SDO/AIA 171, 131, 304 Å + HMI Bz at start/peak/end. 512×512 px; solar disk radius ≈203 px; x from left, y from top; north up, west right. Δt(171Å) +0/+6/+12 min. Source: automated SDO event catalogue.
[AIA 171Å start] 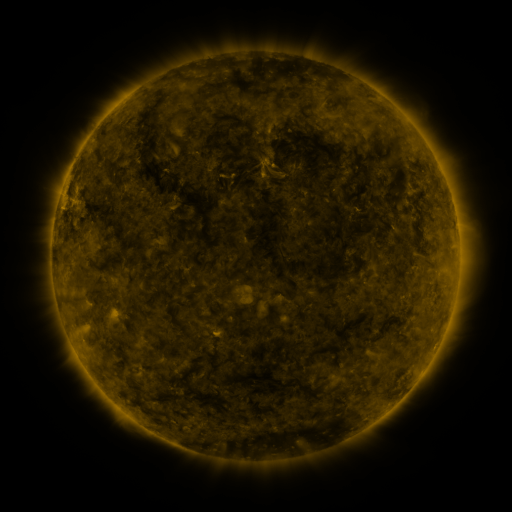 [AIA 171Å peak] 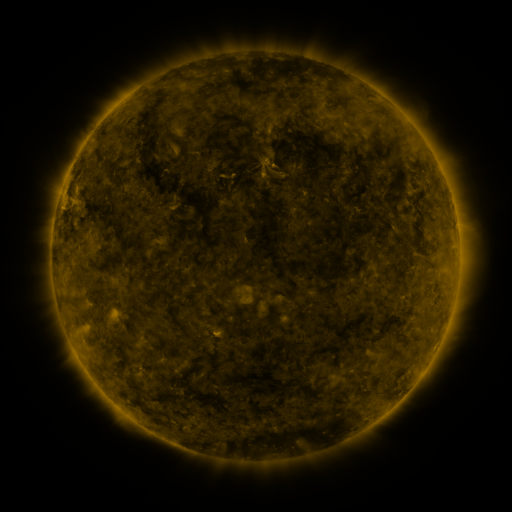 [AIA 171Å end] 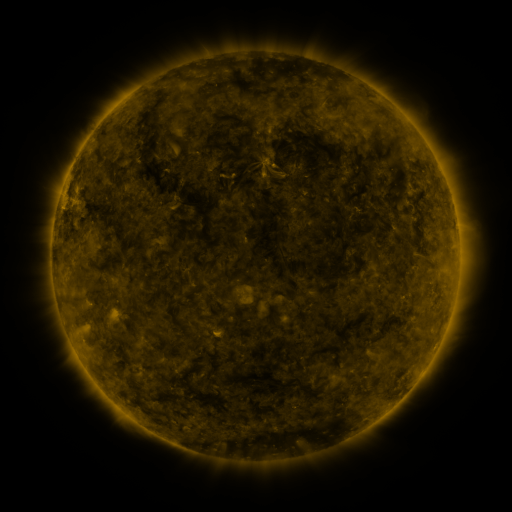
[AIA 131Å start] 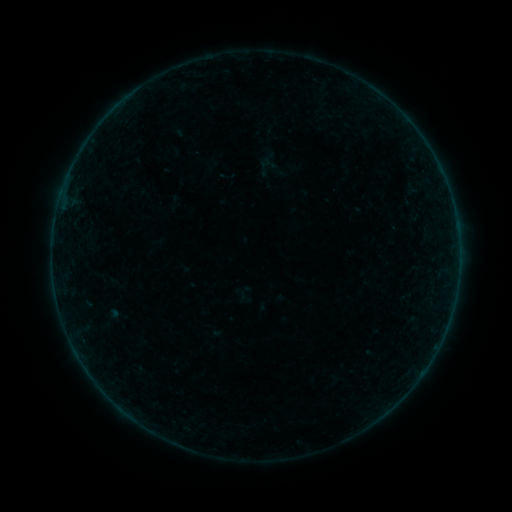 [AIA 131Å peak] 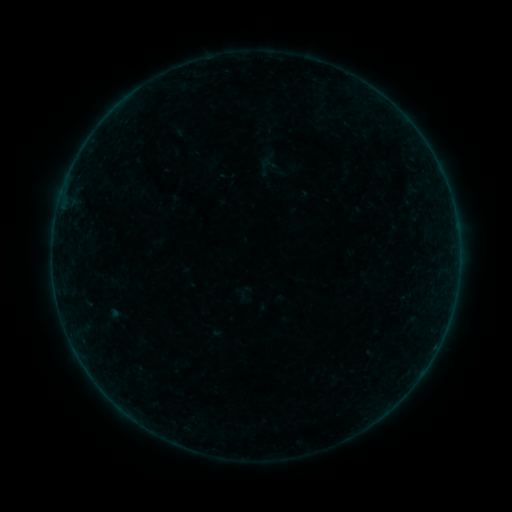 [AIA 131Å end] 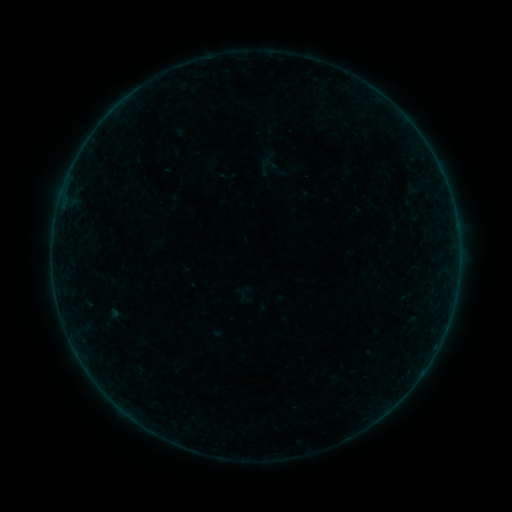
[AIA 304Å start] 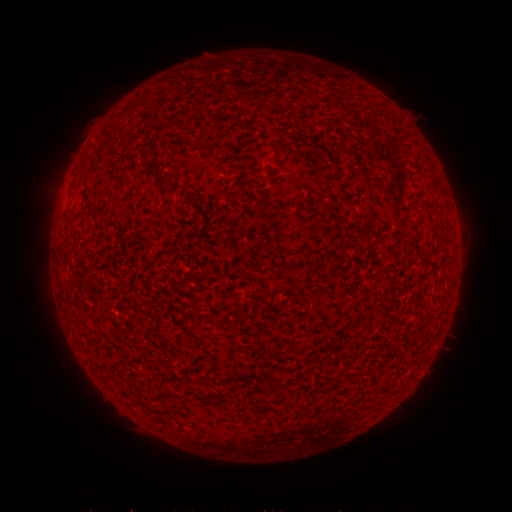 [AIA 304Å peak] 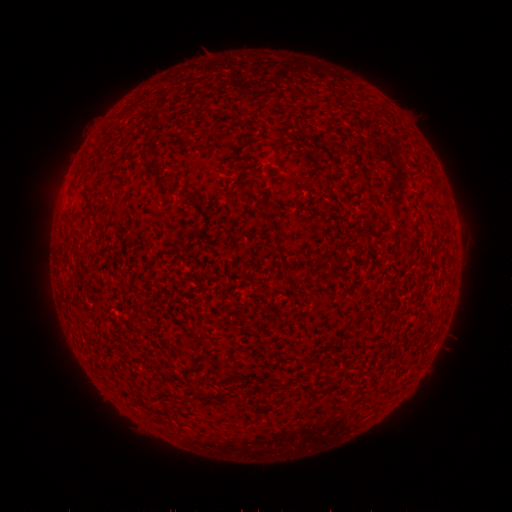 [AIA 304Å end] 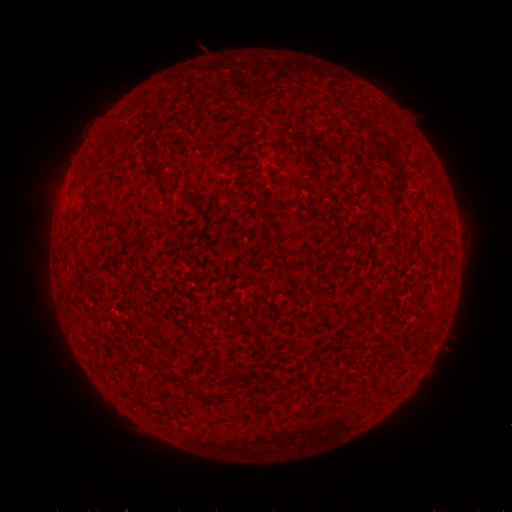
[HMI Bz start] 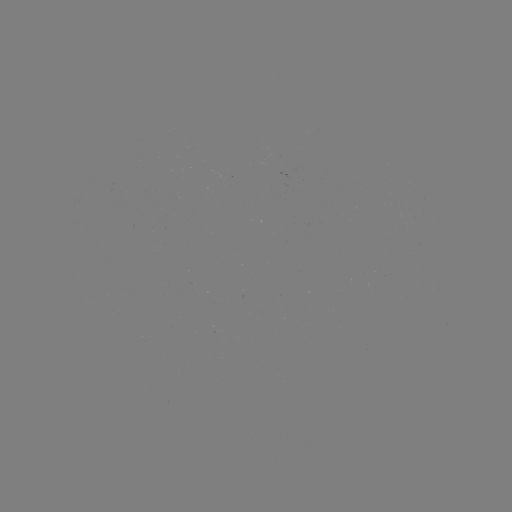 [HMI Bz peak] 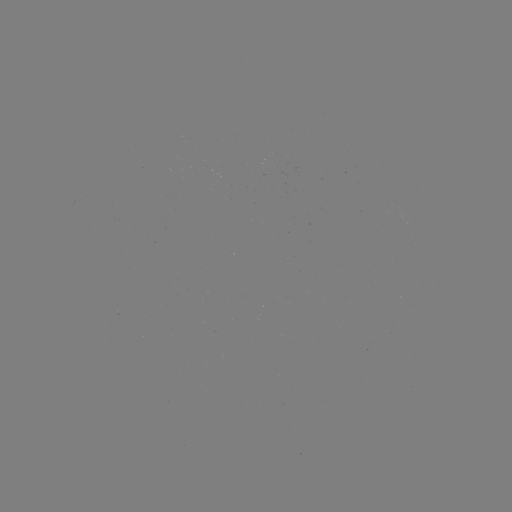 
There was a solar flare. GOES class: B2.4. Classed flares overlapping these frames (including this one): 1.